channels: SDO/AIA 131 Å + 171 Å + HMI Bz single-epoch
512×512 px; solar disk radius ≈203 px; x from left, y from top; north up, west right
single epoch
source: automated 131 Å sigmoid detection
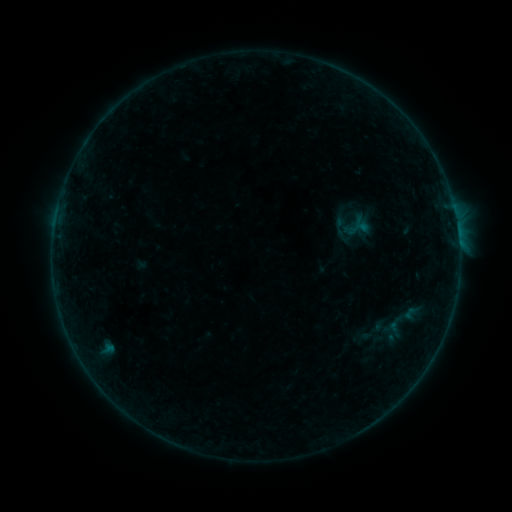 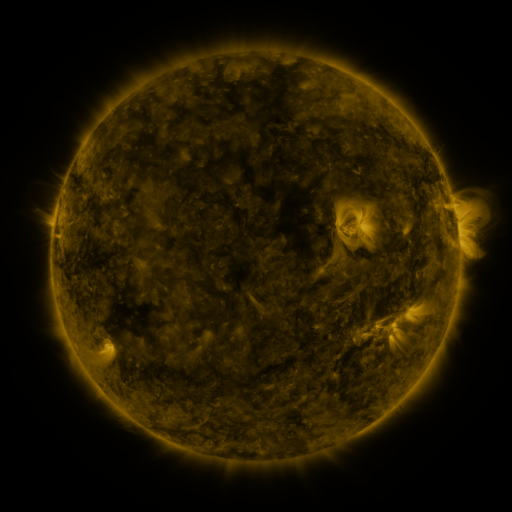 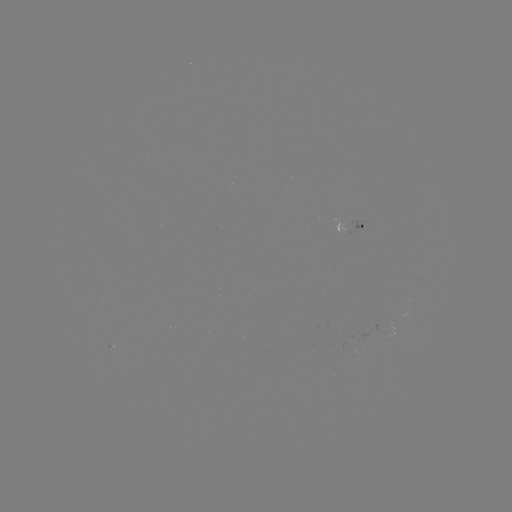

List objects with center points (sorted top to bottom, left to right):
sigmoid: (348, 218, 371, 237)
